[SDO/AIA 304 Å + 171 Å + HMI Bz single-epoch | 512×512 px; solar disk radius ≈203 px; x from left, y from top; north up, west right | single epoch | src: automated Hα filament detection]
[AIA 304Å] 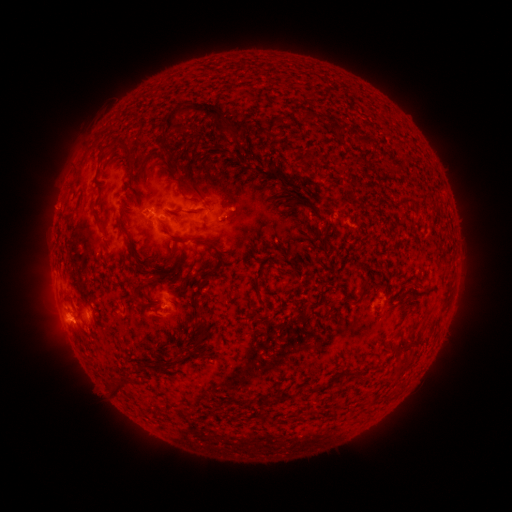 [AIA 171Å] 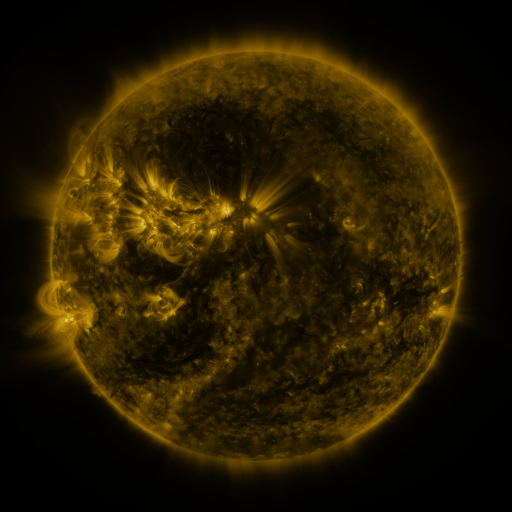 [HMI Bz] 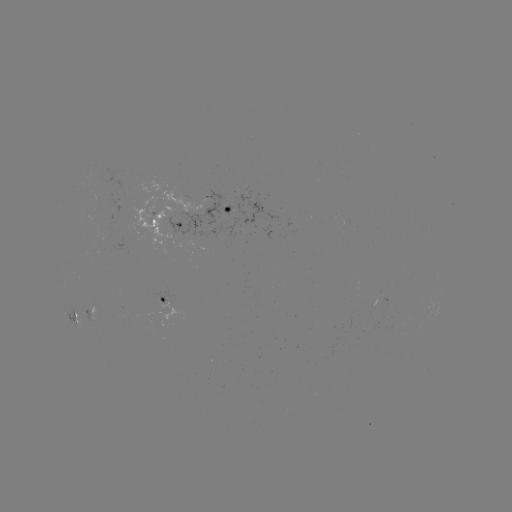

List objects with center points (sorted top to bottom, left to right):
filament: (165, 101, 227, 131)
filament: (267, 116, 281, 135)
filament: (337, 125, 348, 137)
filament: (354, 135, 372, 146)
filament: (393, 165, 403, 173)
filament: (271, 167, 281, 176)
filament: (178, 180, 184, 193)
filament: (189, 183, 205, 201)
filament: (92, 206, 104, 226)
filament: (196, 207, 207, 214)
filament: (170, 233, 194, 244)
filament: (318, 237, 329, 246)
filament: (326, 245, 337, 254)
filament: (252, 268, 262, 294)
filament: (149, 270, 160, 280)
filament: (356, 285, 367, 302)
filament: (327, 301, 335, 313)
filament: (195, 308, 208, 318)
filament: (198, 320, 209, 331)
filament: (110, 379, 125, 394)
filament: (304, 383, 316, 393)
filament: (277, 389, 294, 400)
